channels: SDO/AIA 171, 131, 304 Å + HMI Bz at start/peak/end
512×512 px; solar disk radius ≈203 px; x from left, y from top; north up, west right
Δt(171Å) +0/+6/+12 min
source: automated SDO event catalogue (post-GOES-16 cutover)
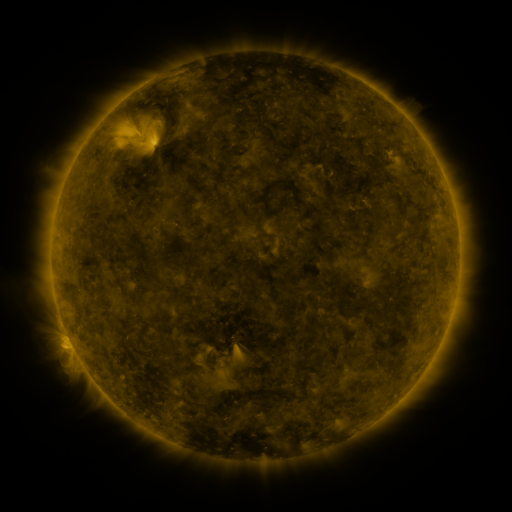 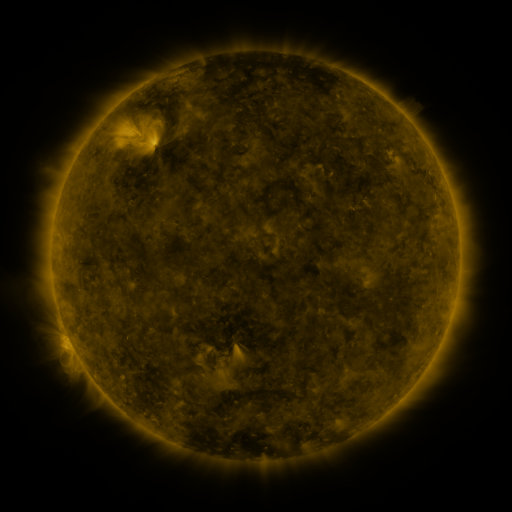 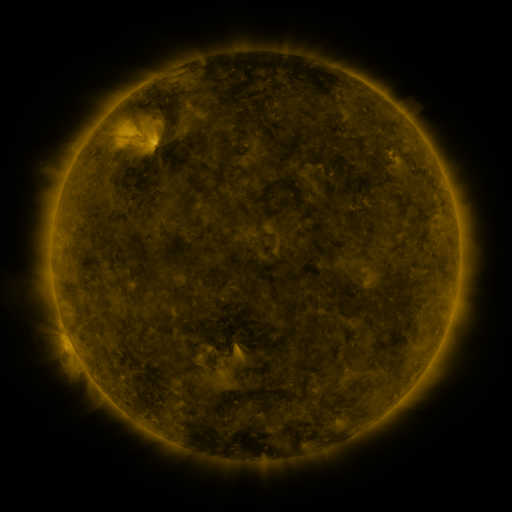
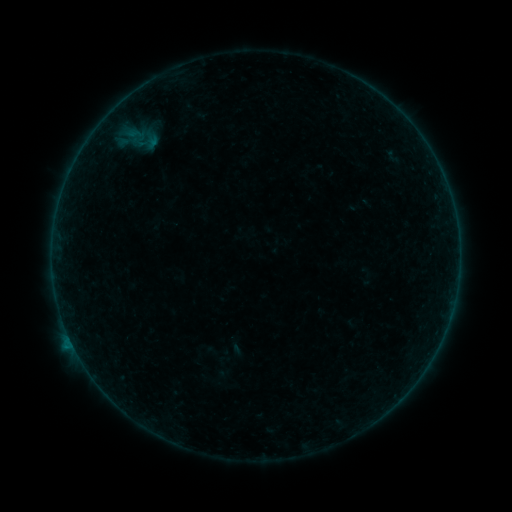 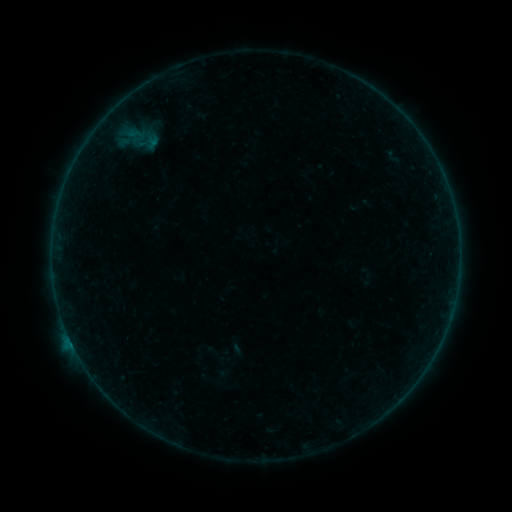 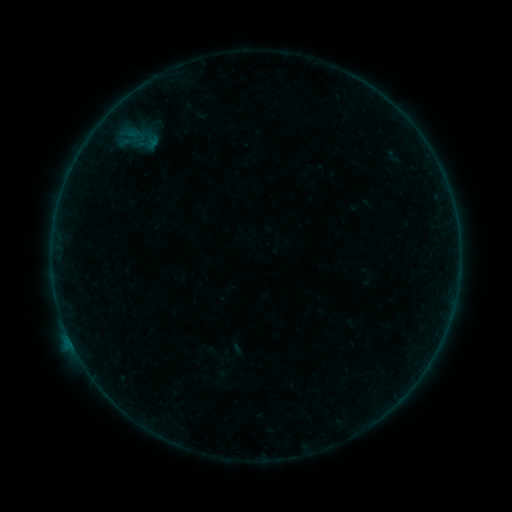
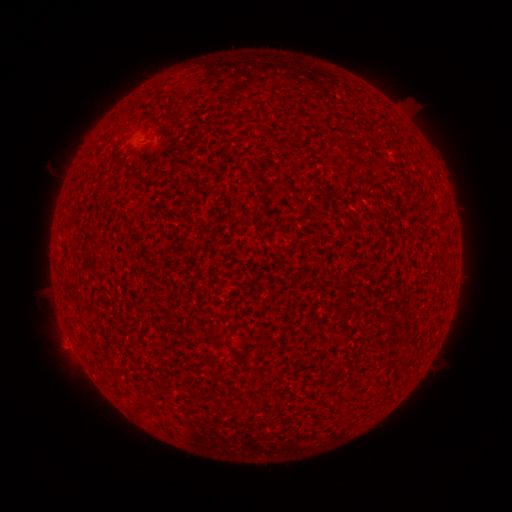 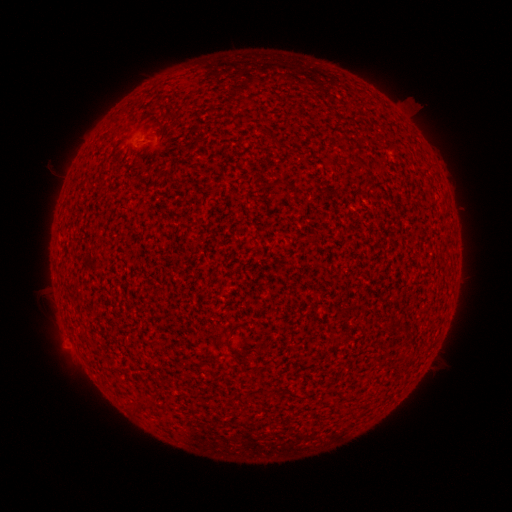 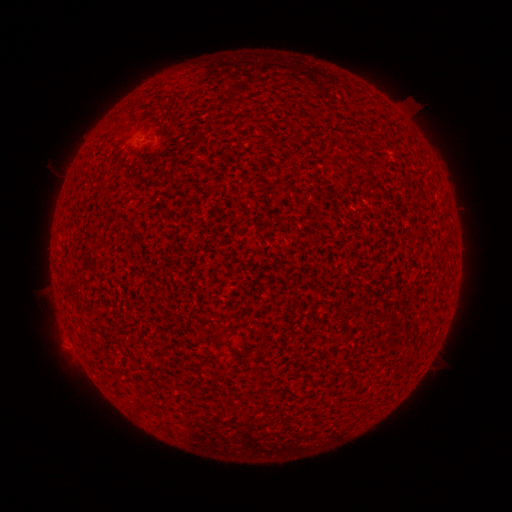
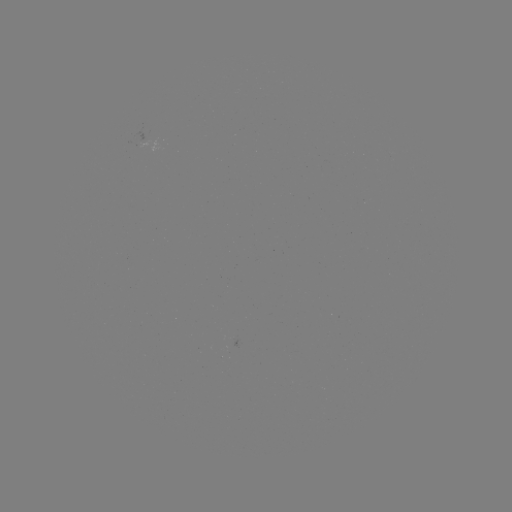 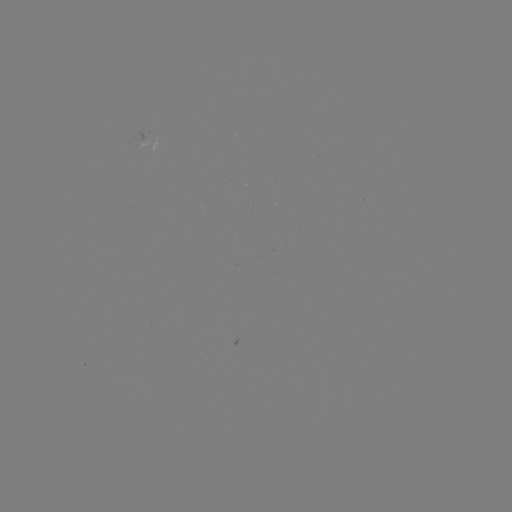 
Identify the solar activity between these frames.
B2.9 flare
